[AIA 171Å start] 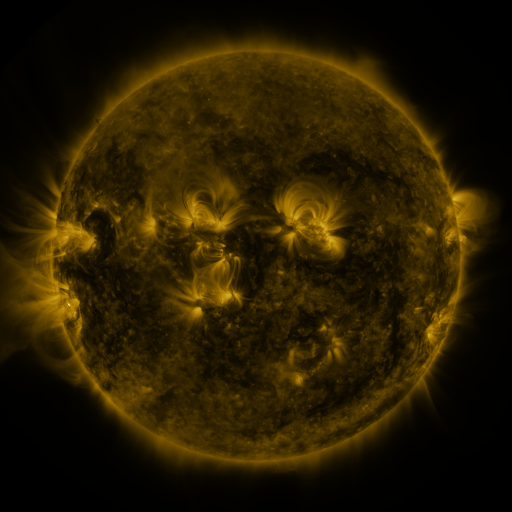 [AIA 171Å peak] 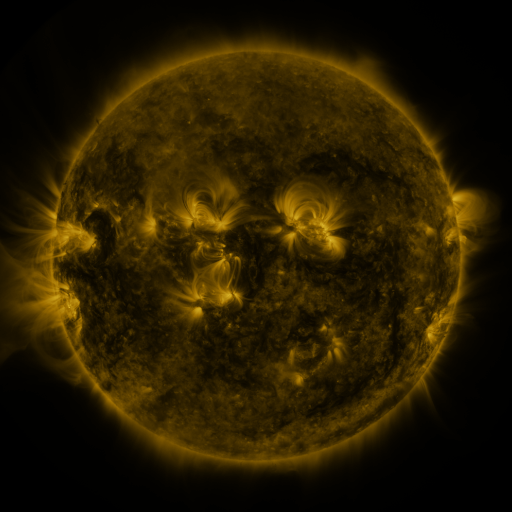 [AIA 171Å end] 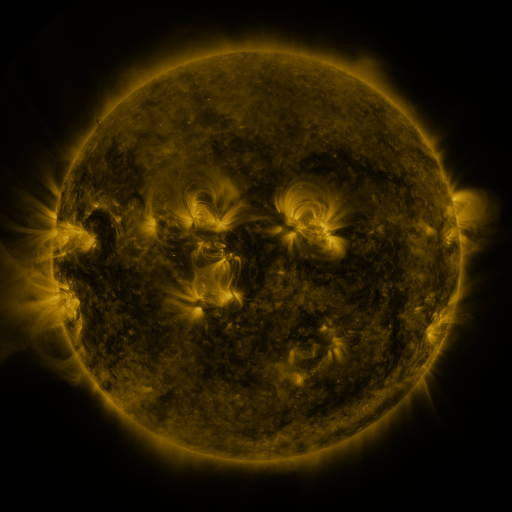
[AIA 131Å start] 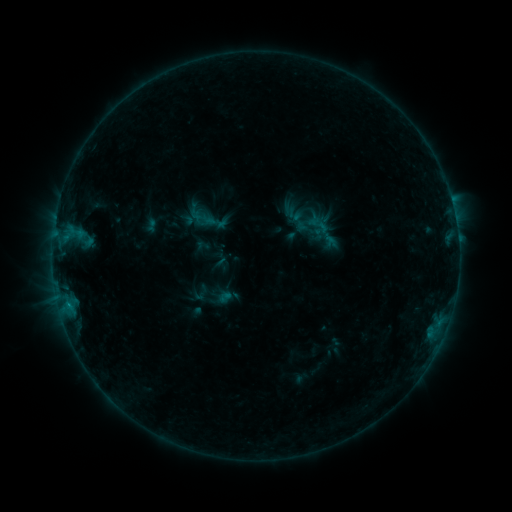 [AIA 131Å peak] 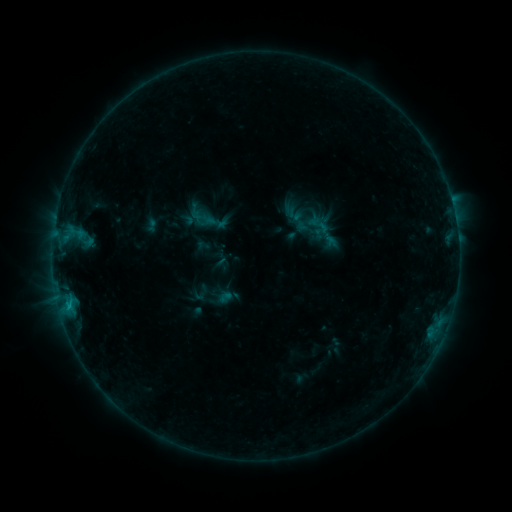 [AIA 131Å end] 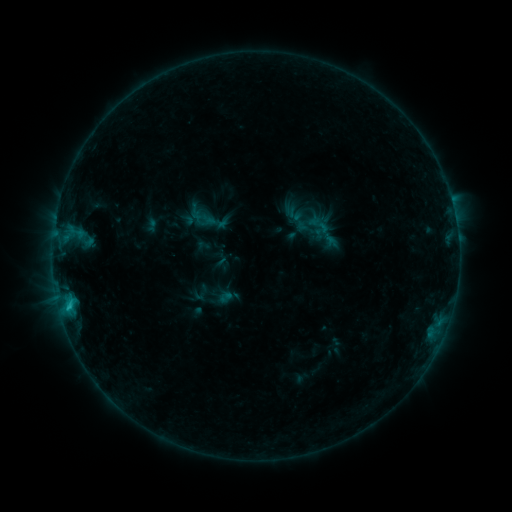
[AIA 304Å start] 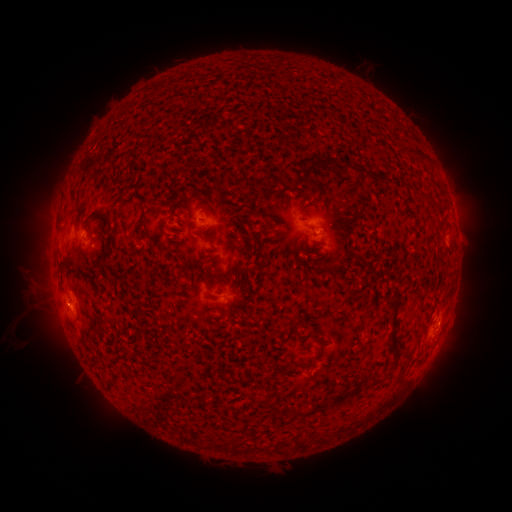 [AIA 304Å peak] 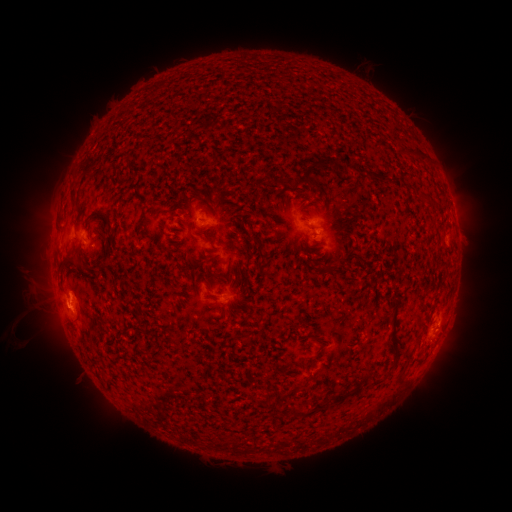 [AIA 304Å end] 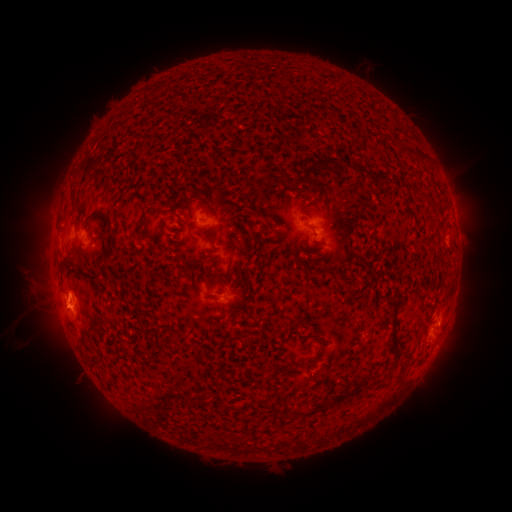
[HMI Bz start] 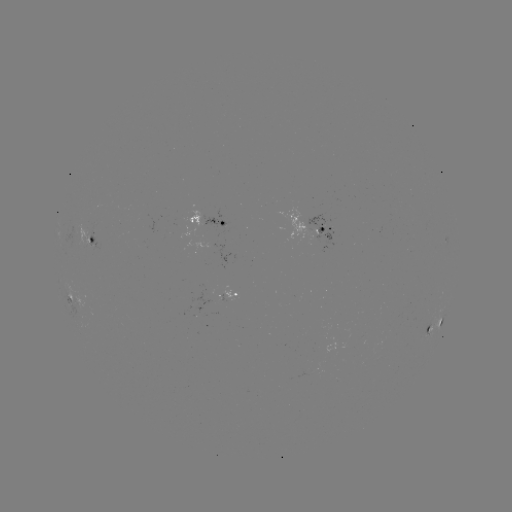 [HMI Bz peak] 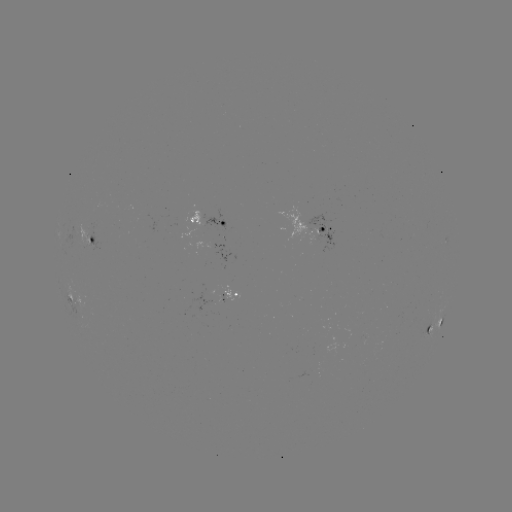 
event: eruption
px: (63, 305)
